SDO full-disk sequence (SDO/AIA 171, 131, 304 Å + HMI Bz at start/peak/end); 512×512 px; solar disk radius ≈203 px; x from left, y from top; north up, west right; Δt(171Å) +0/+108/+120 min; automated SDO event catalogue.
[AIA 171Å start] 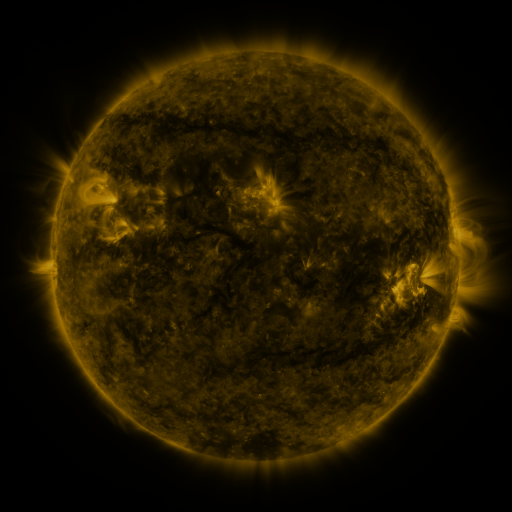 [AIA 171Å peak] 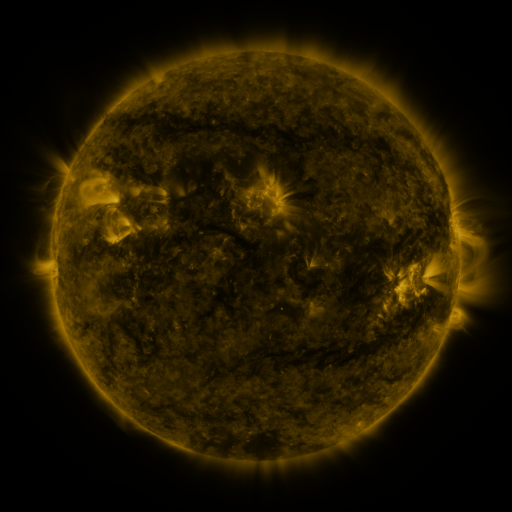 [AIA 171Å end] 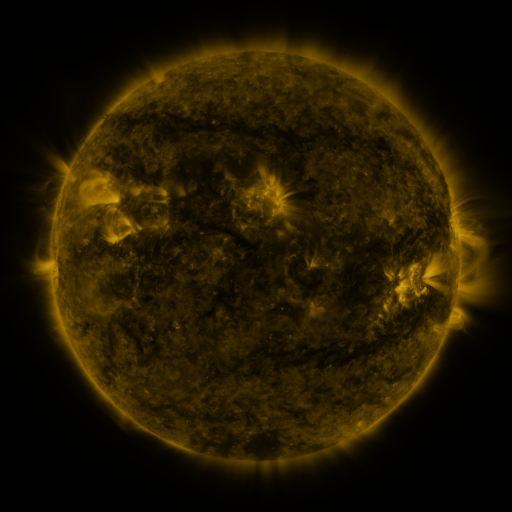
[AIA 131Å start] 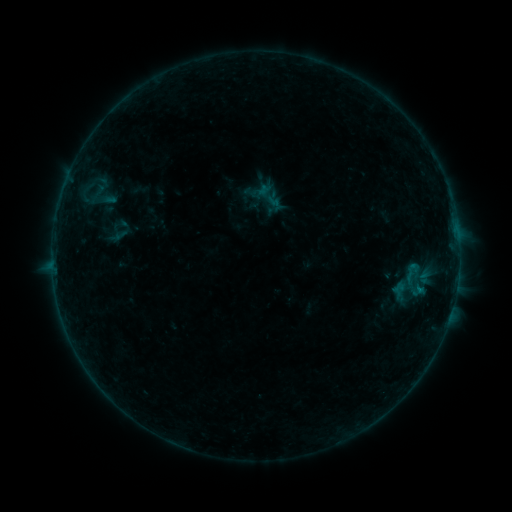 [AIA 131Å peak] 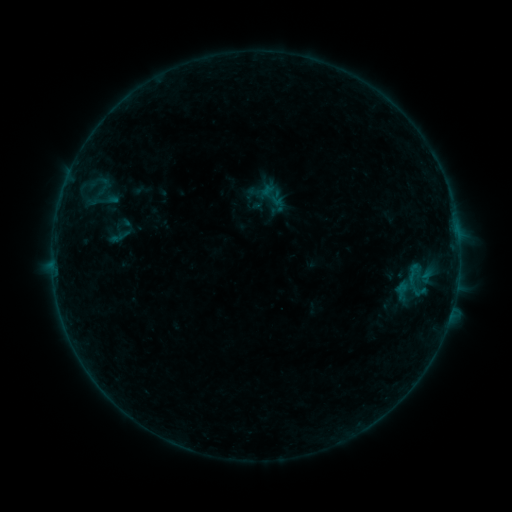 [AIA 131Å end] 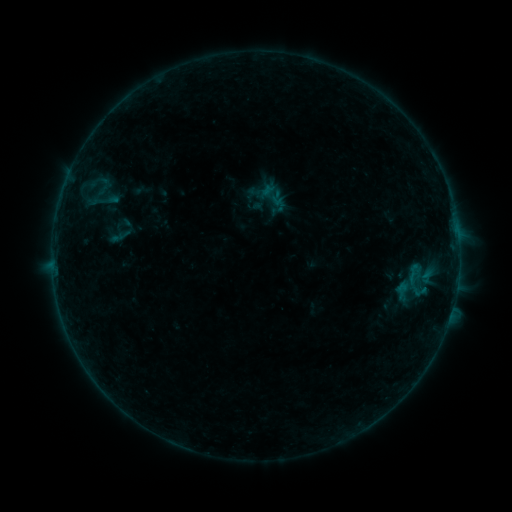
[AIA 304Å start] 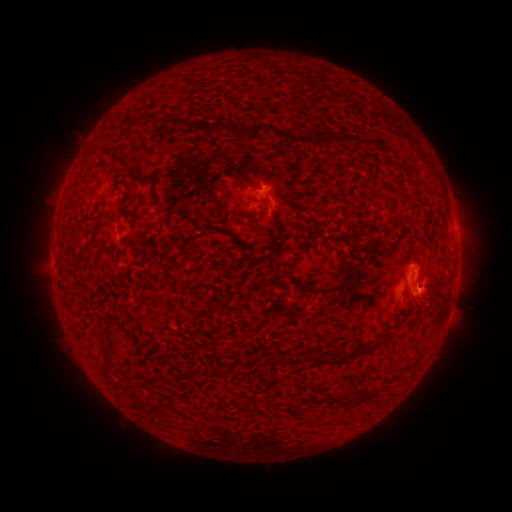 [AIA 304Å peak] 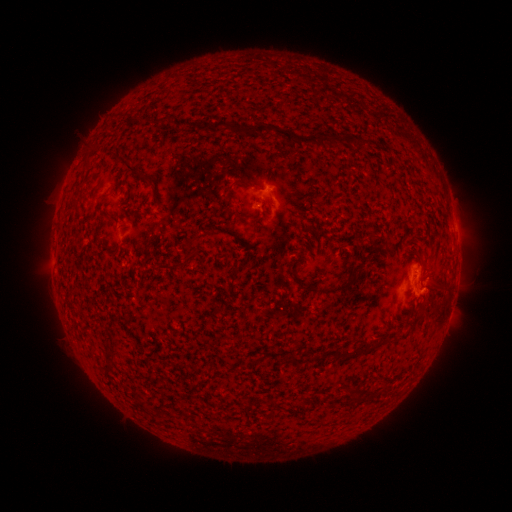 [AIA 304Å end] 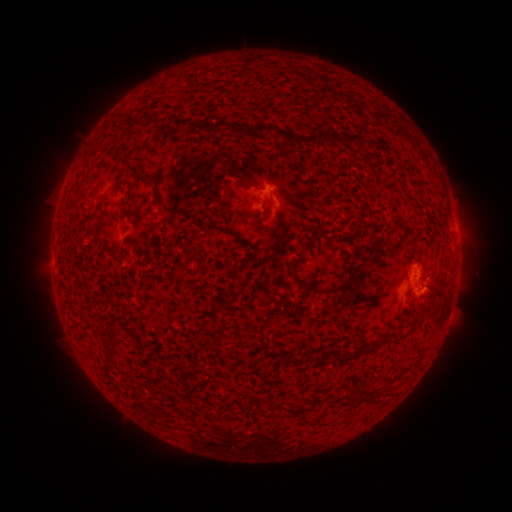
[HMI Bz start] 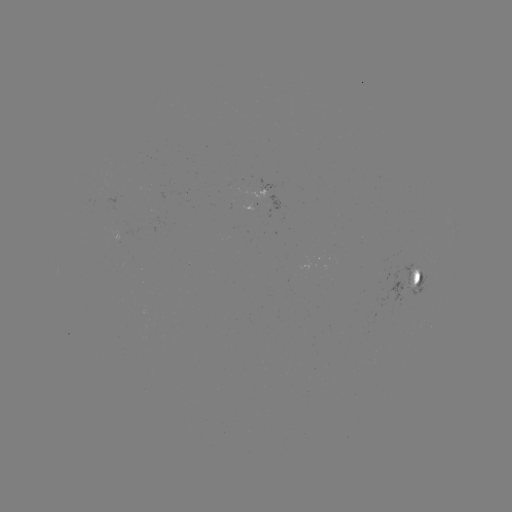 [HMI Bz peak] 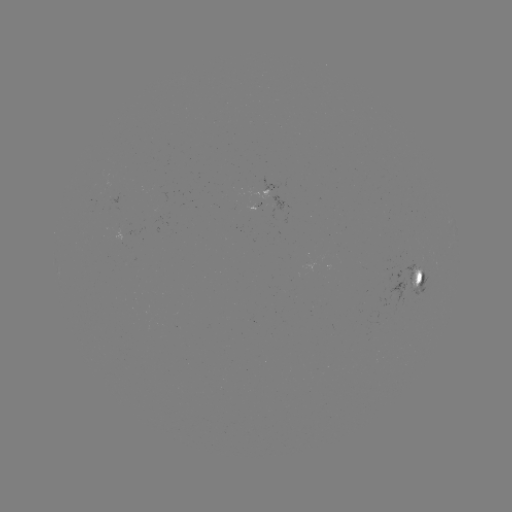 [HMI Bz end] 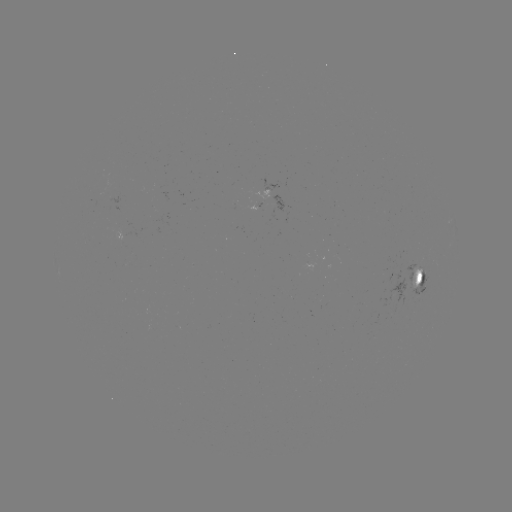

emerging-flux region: <bbox>246, 204, 260, 210</bbox>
